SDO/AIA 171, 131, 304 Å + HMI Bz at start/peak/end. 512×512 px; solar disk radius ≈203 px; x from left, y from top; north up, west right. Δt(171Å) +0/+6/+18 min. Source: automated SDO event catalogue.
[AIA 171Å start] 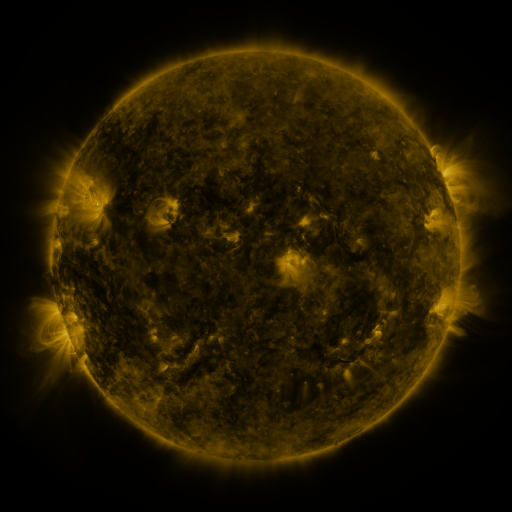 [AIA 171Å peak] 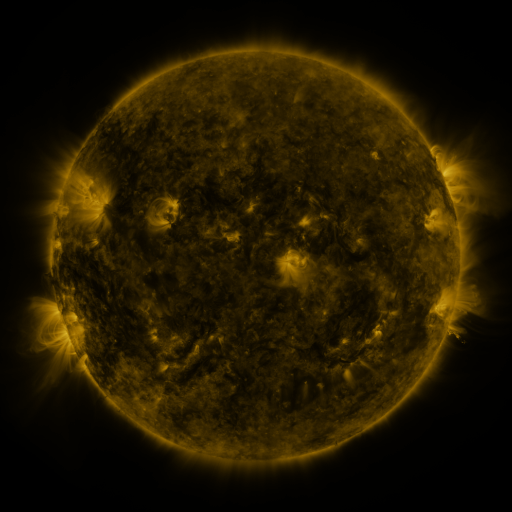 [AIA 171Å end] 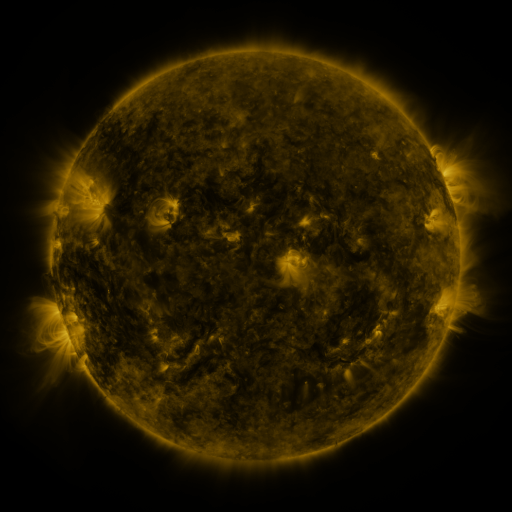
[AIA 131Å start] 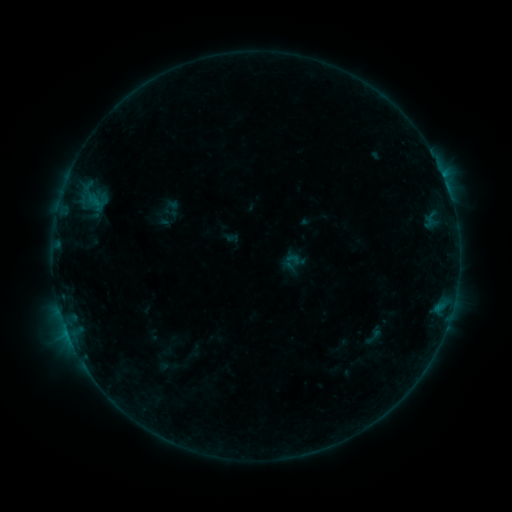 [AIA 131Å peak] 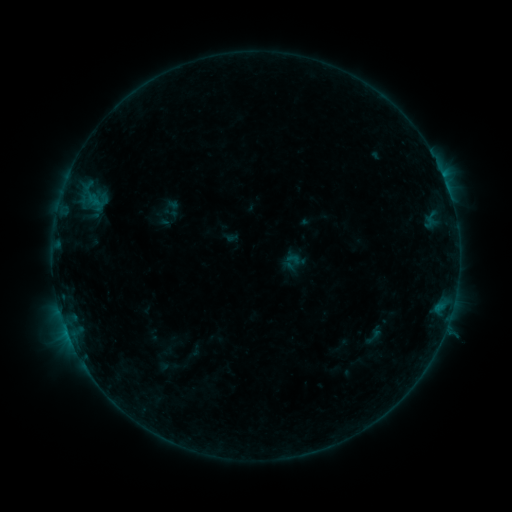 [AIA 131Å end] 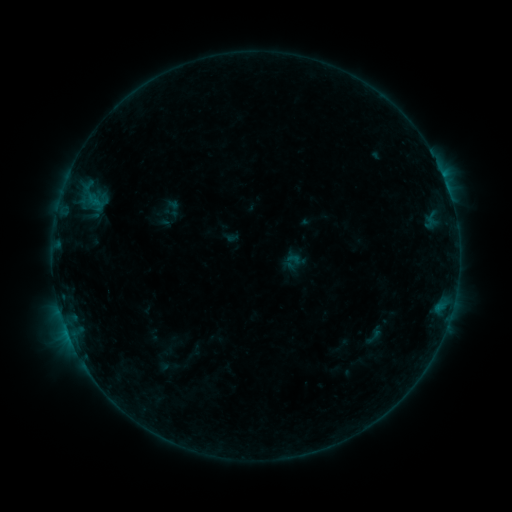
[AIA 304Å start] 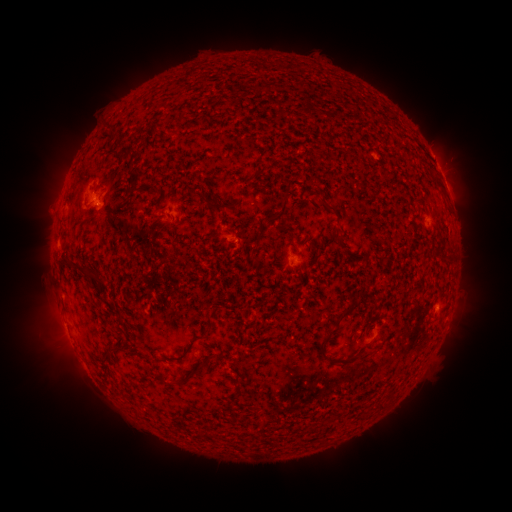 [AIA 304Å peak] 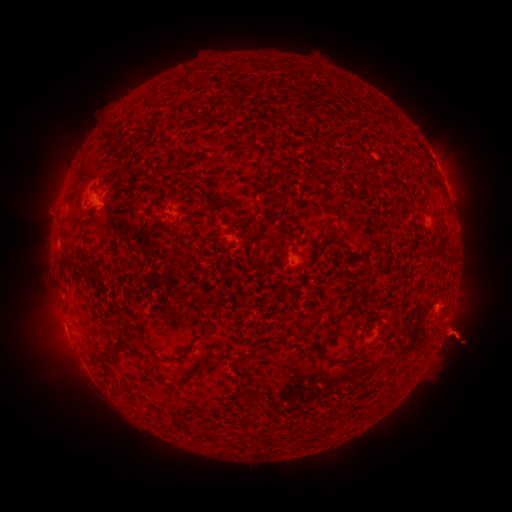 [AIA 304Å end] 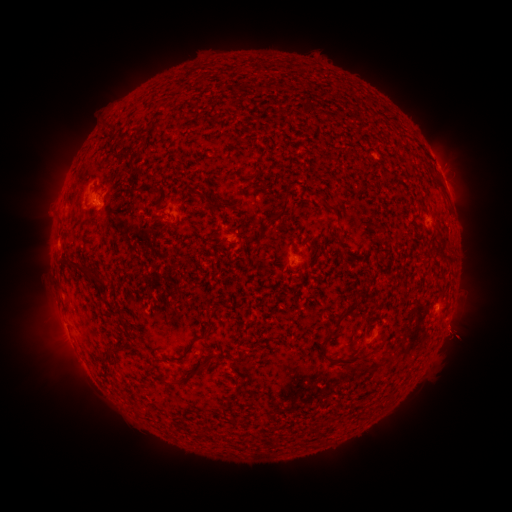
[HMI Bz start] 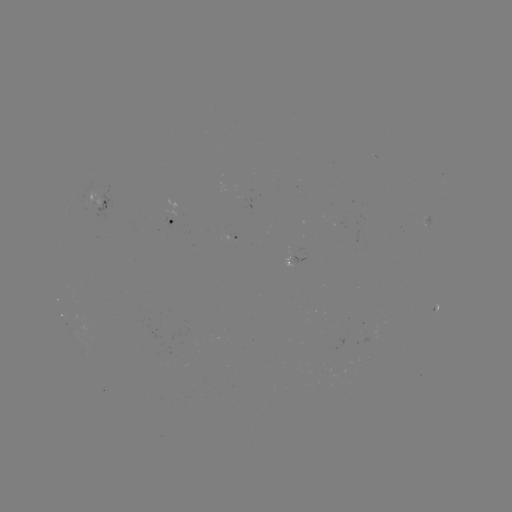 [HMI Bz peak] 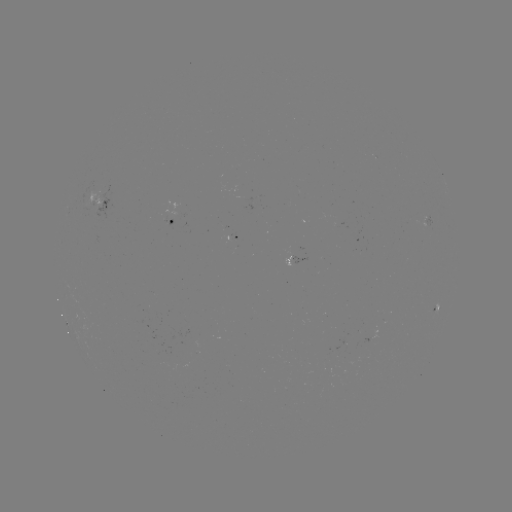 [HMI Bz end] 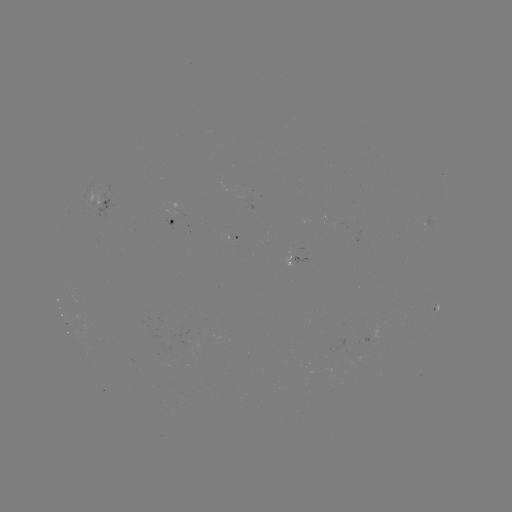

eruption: [400, 274, 498, 396]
